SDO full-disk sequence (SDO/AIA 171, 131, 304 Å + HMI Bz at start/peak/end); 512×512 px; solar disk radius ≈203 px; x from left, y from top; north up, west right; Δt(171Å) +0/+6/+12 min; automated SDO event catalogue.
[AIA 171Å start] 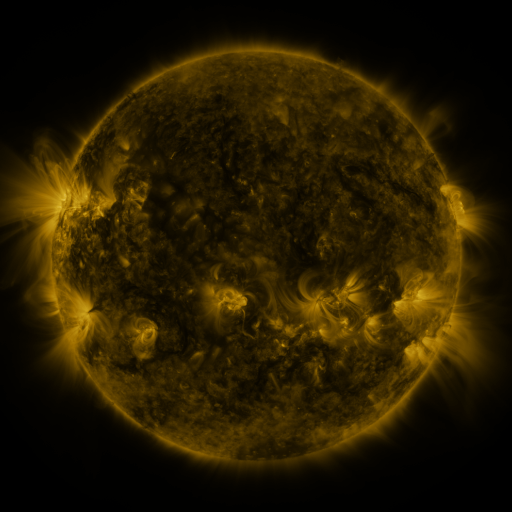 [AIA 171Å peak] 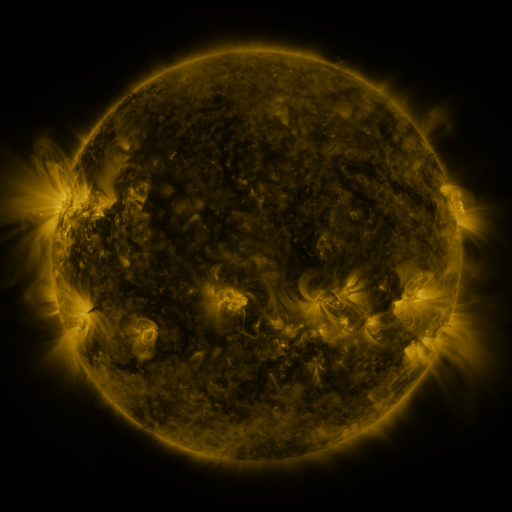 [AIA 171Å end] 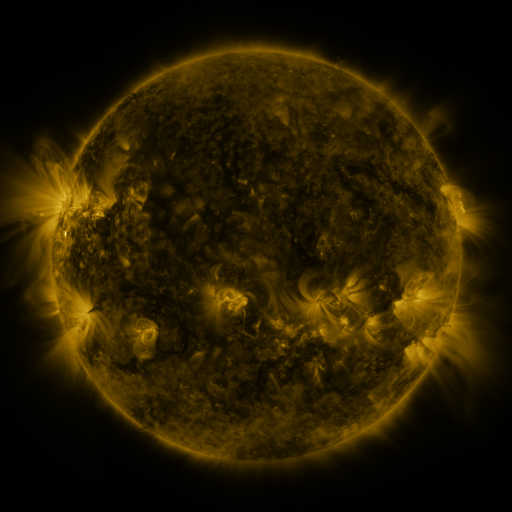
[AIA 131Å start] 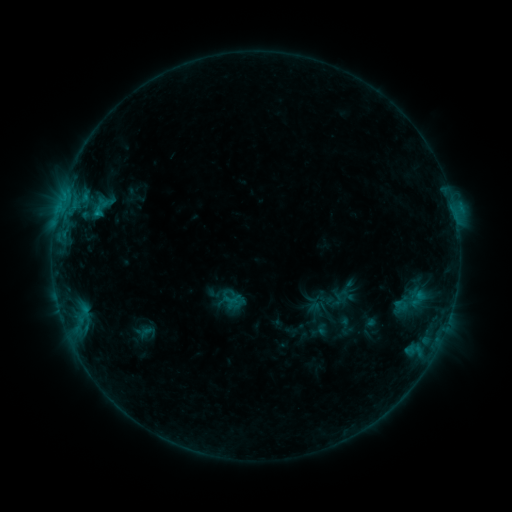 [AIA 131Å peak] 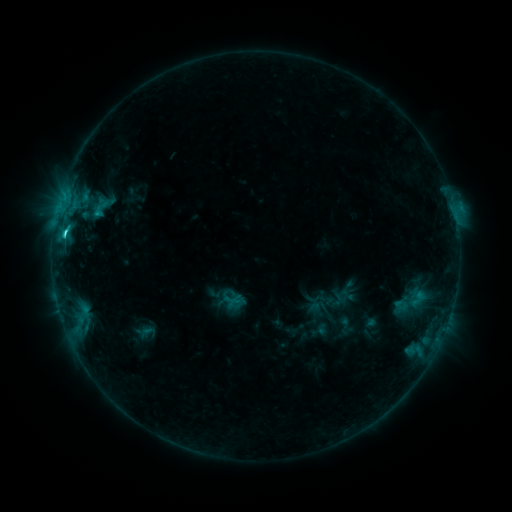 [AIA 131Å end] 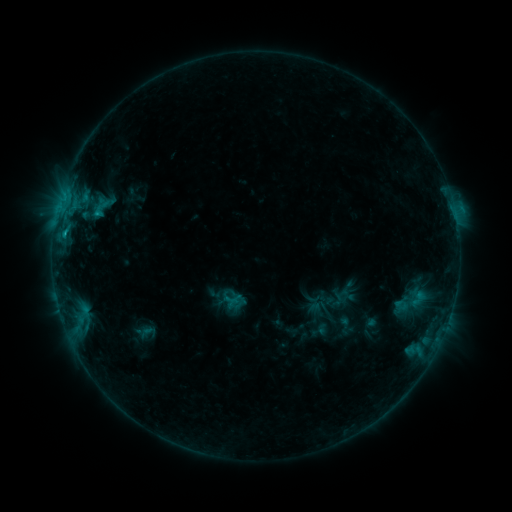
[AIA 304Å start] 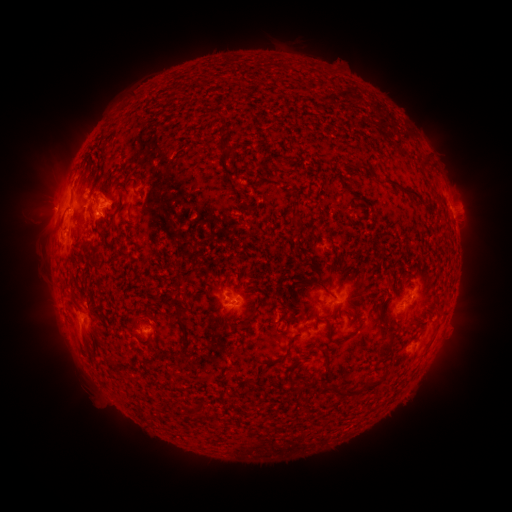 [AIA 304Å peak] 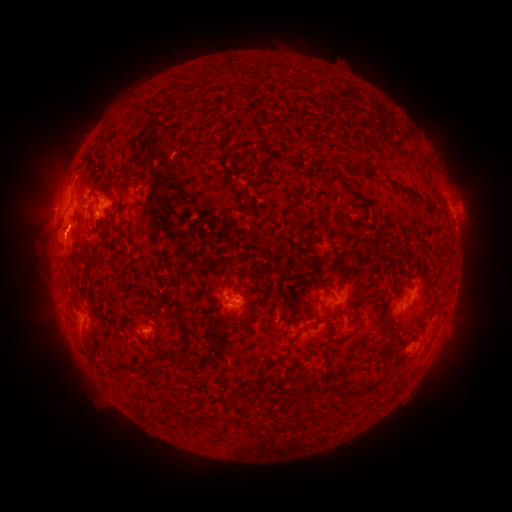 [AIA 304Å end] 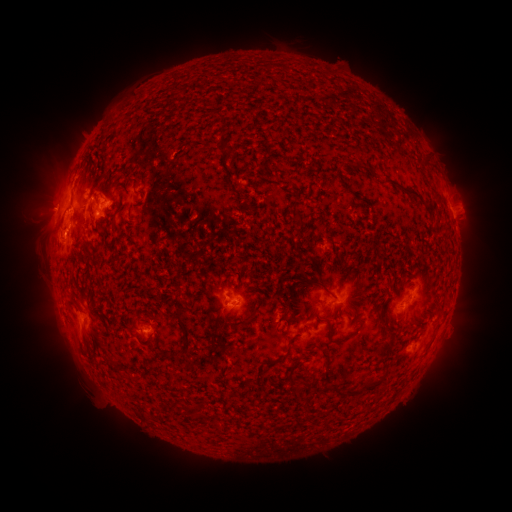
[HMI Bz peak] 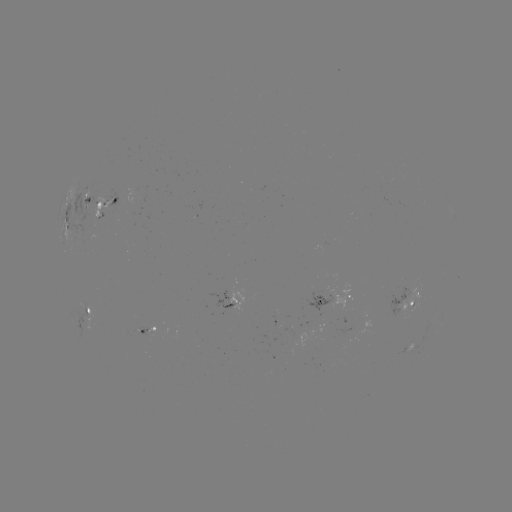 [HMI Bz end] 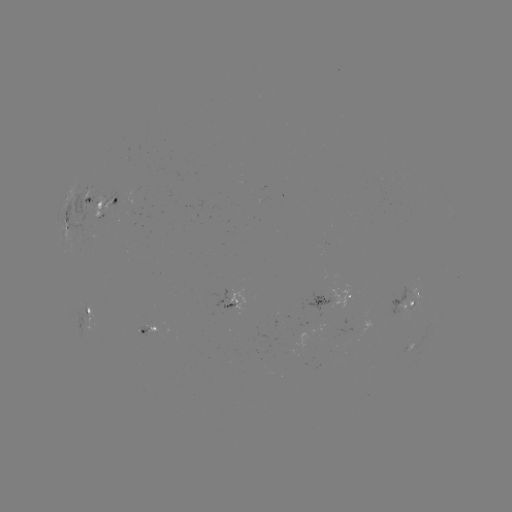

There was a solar flare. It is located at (65, 234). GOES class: C2.2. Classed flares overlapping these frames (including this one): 1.